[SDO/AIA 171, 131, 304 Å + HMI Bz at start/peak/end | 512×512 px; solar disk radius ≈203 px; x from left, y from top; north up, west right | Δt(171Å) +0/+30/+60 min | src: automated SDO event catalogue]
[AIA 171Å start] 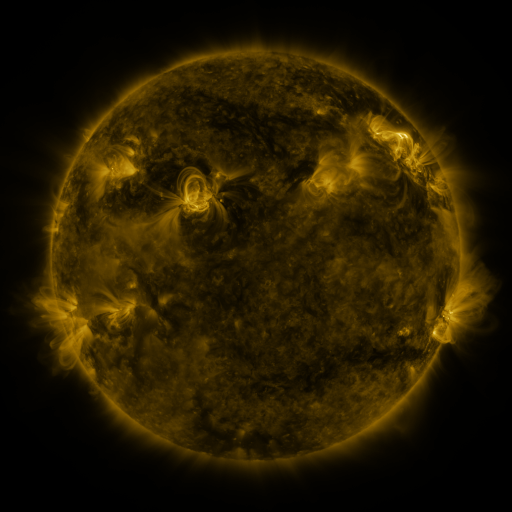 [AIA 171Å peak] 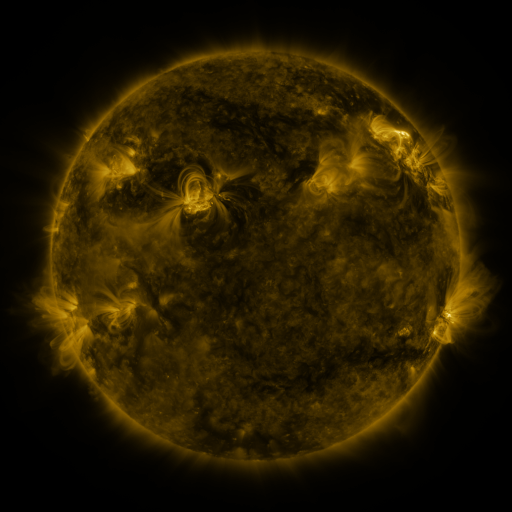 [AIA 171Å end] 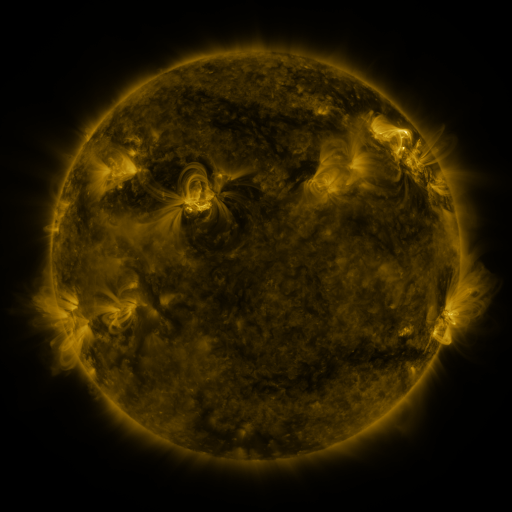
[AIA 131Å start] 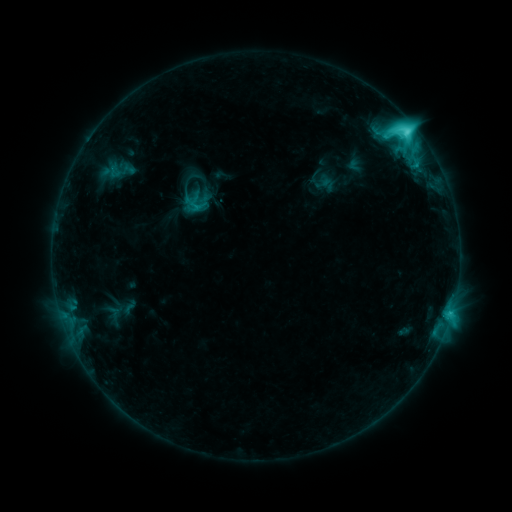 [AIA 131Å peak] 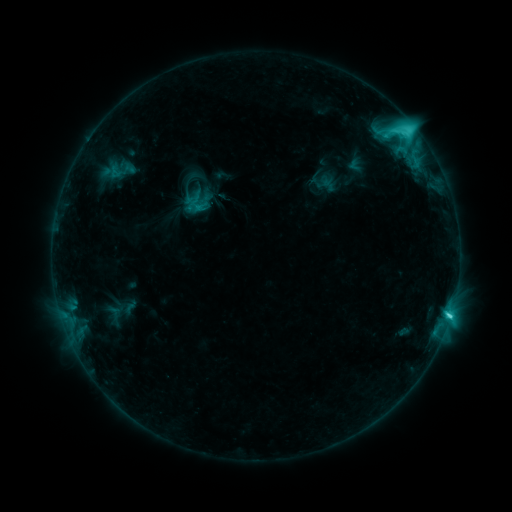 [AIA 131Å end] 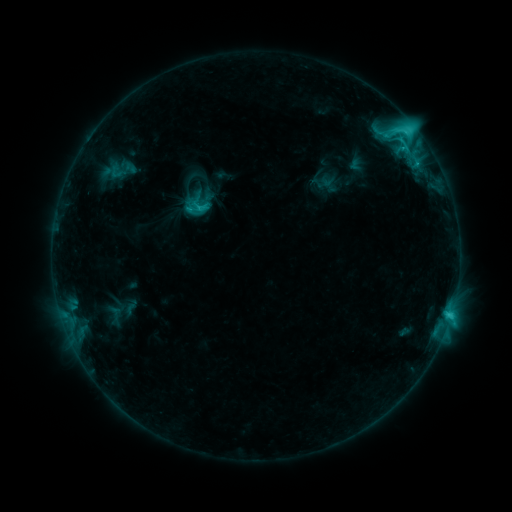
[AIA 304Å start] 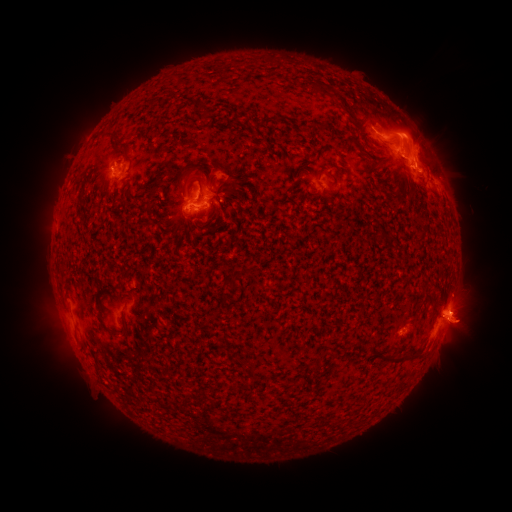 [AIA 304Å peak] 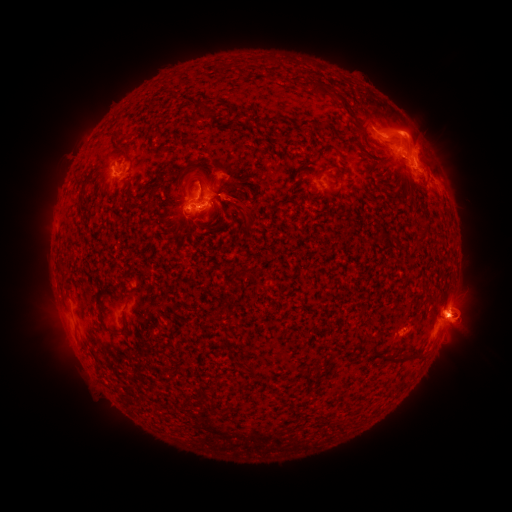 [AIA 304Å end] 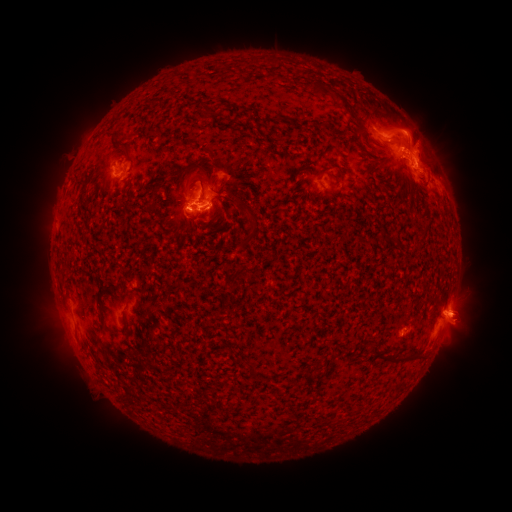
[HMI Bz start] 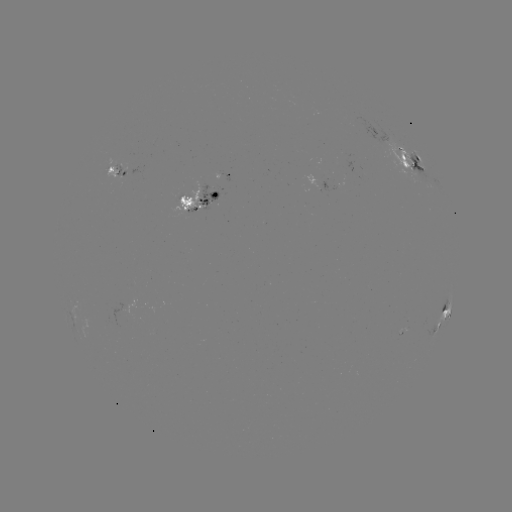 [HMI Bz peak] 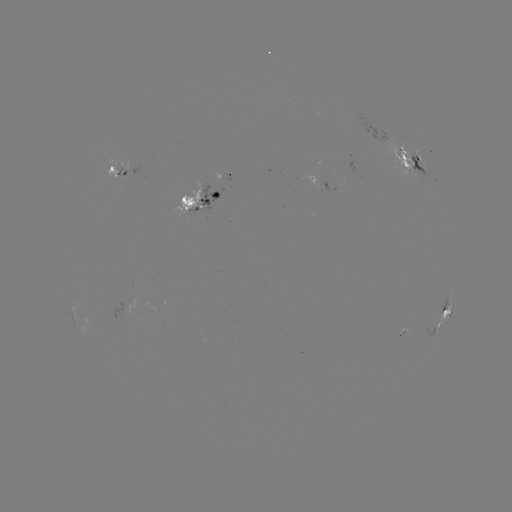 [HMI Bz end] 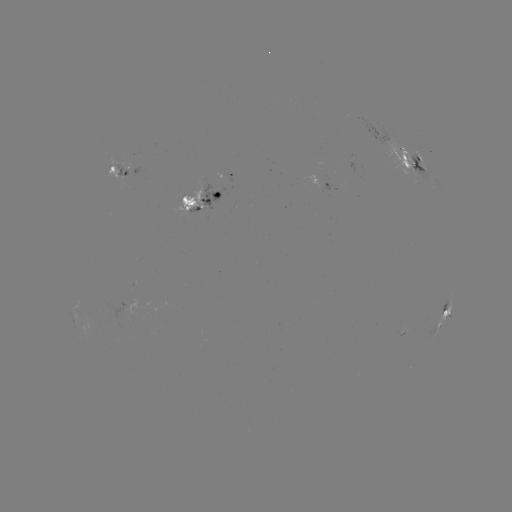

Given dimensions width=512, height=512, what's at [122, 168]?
emerging-flux region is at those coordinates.